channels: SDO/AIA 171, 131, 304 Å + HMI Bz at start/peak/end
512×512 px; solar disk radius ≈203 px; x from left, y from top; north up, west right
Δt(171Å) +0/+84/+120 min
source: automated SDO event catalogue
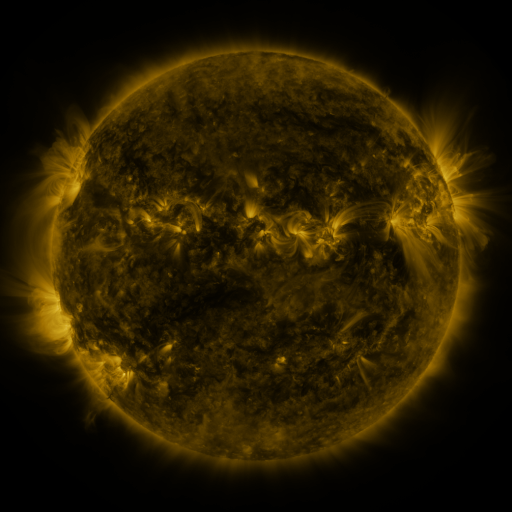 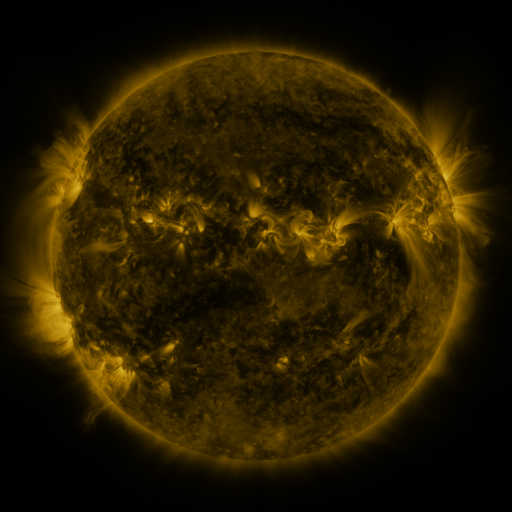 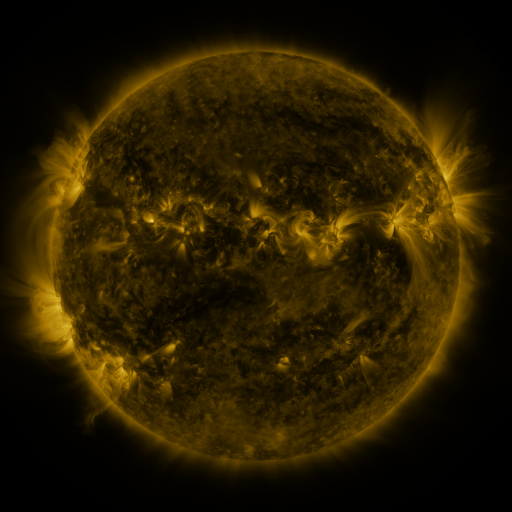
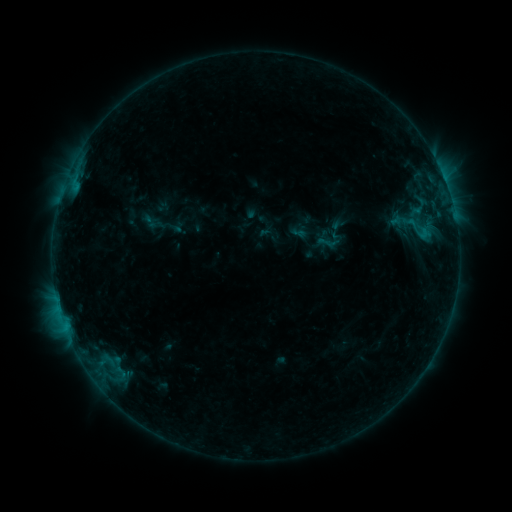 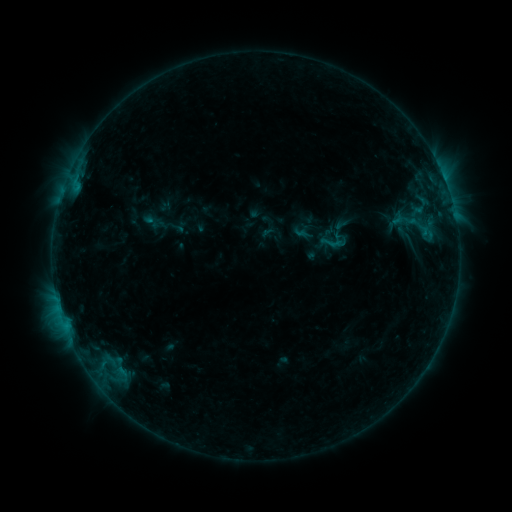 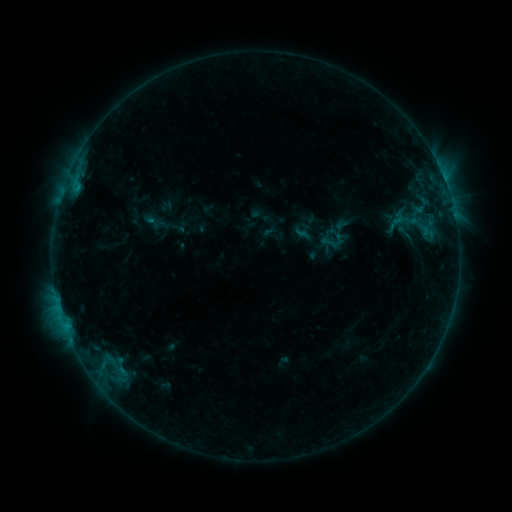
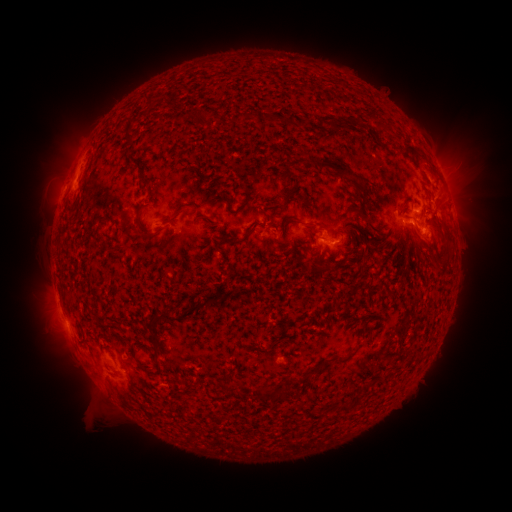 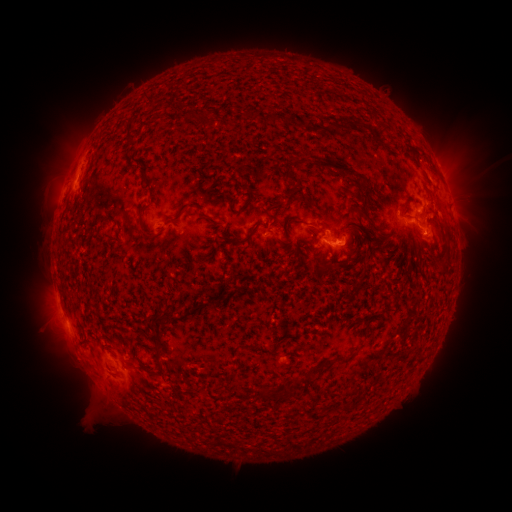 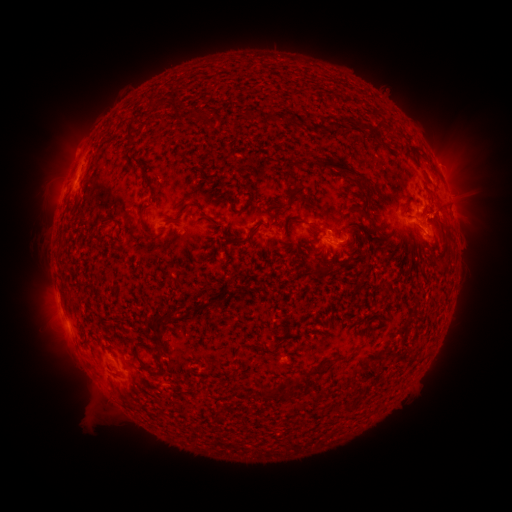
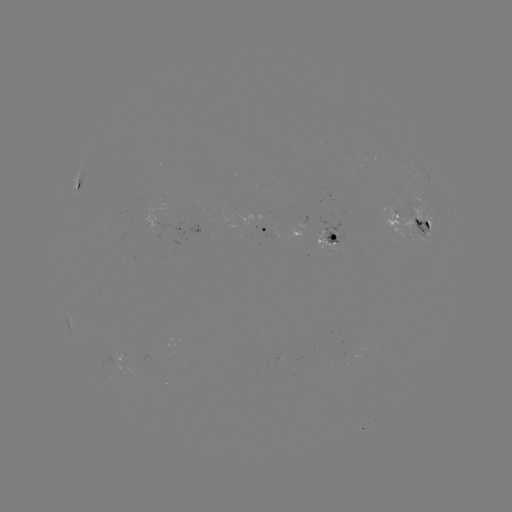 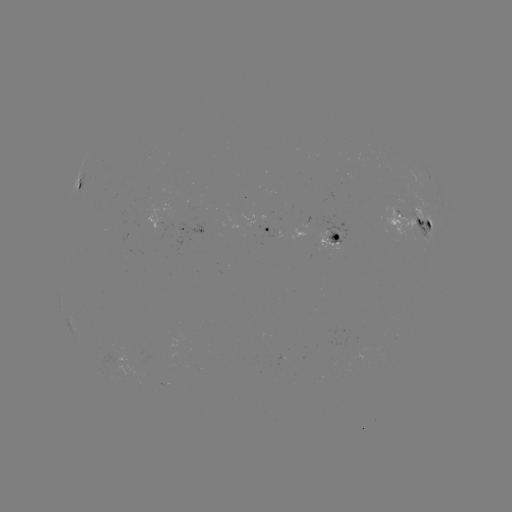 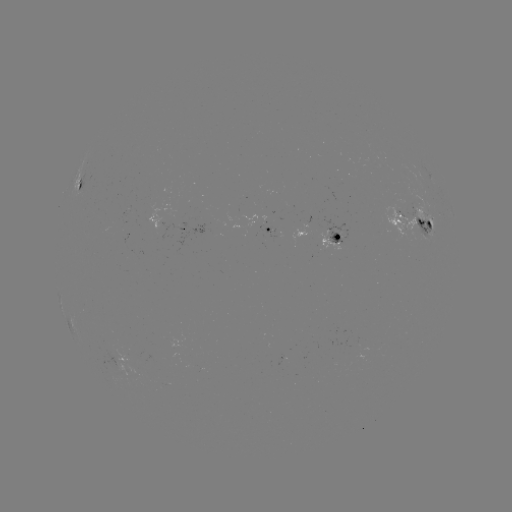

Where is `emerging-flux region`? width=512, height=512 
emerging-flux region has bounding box [262, 227, 276, 237].